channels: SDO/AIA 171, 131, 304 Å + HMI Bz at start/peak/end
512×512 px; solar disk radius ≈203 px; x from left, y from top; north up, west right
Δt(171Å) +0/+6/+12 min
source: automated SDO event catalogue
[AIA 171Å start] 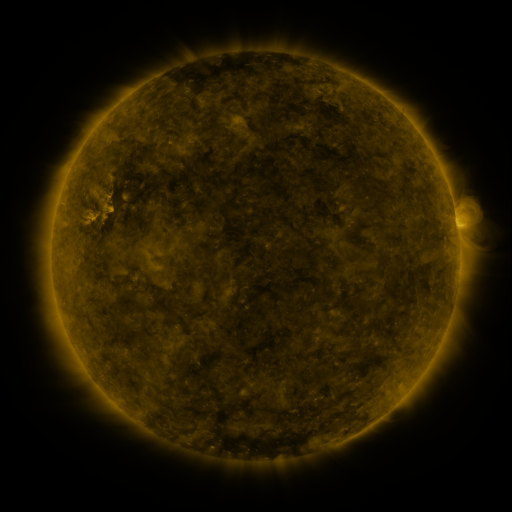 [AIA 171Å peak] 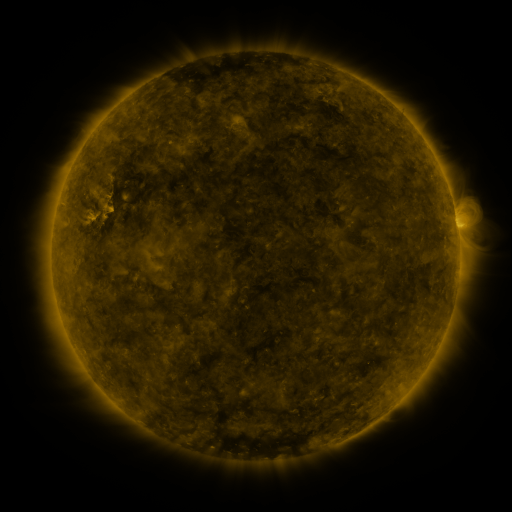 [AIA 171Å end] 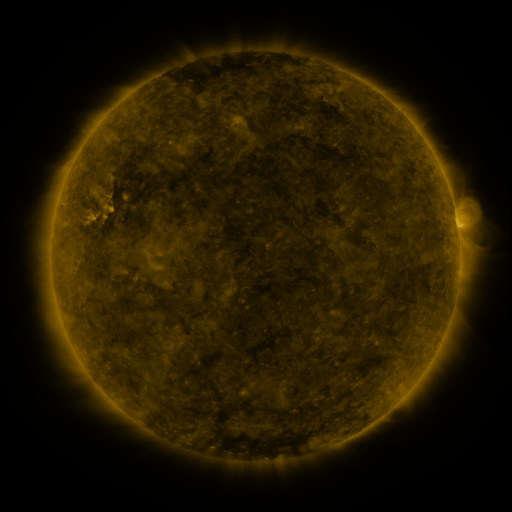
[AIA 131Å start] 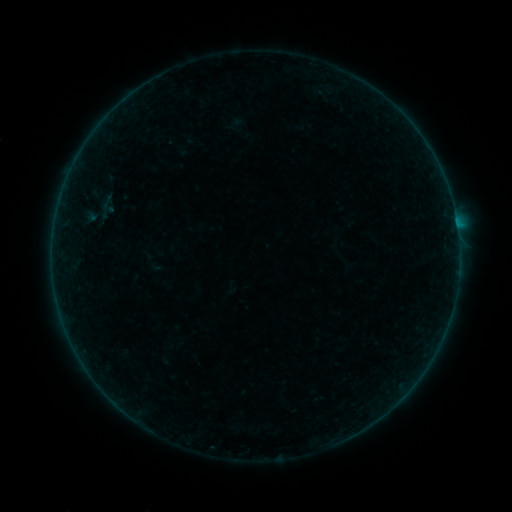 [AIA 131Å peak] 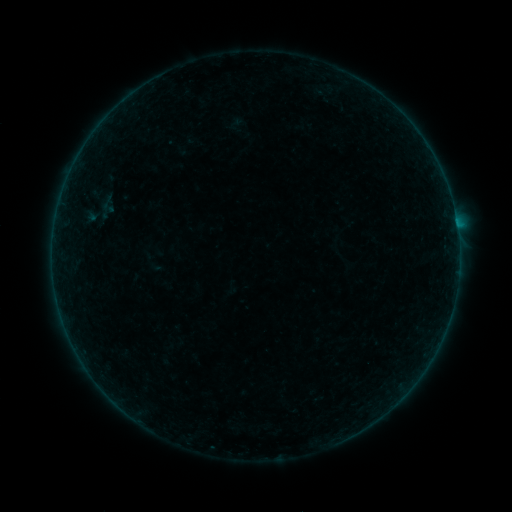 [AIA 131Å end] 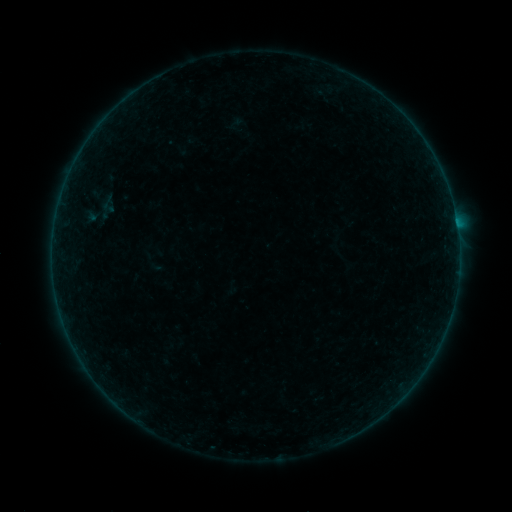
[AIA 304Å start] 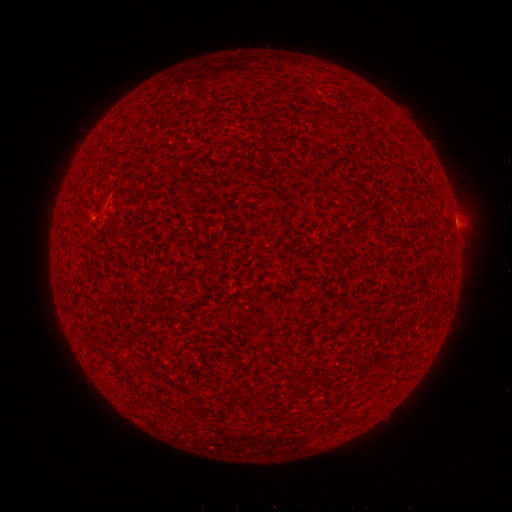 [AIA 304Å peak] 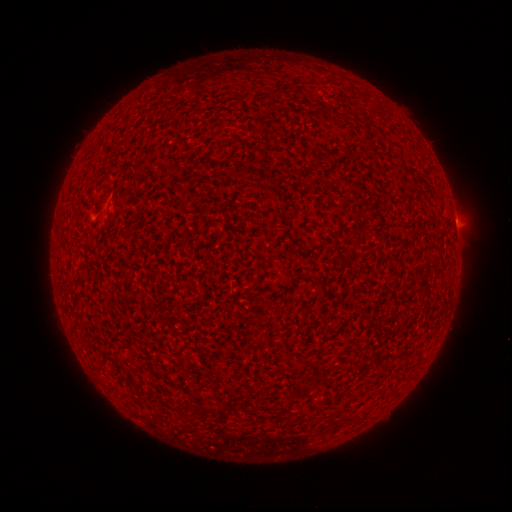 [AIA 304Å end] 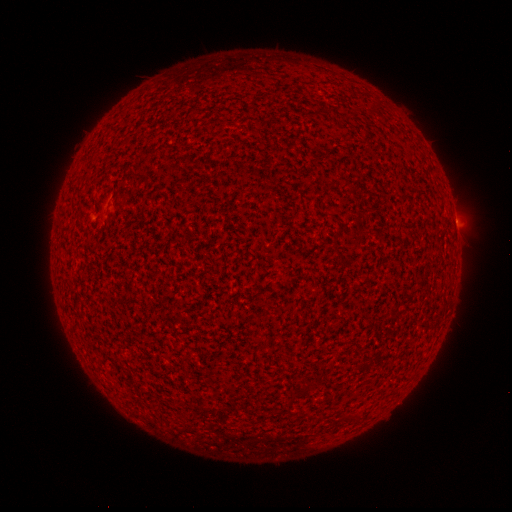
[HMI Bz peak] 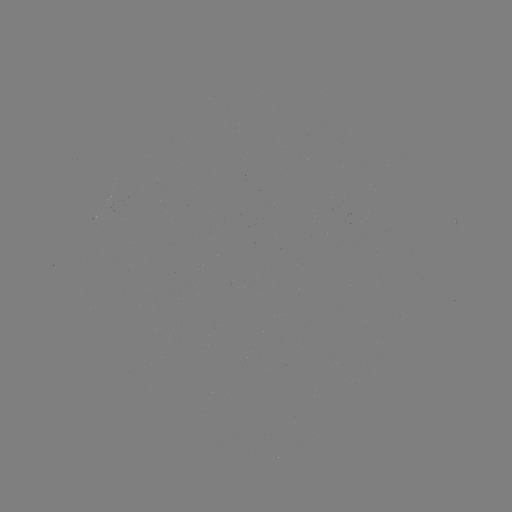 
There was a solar flare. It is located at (456, 224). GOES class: A6.2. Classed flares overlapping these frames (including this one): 2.